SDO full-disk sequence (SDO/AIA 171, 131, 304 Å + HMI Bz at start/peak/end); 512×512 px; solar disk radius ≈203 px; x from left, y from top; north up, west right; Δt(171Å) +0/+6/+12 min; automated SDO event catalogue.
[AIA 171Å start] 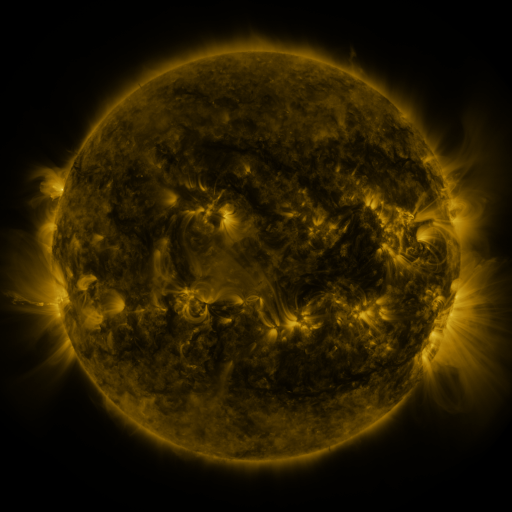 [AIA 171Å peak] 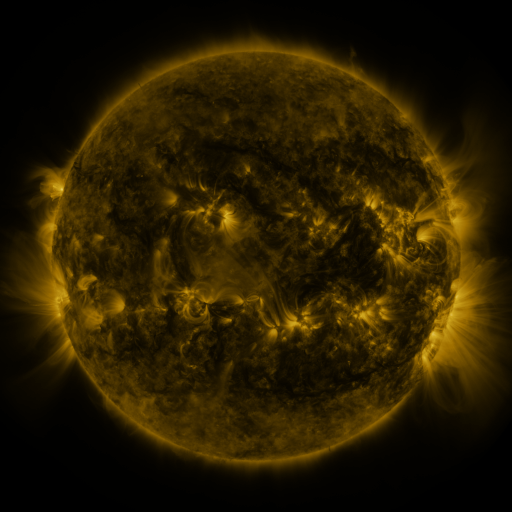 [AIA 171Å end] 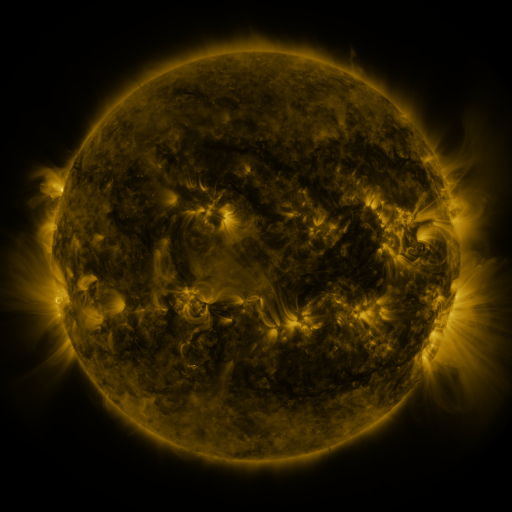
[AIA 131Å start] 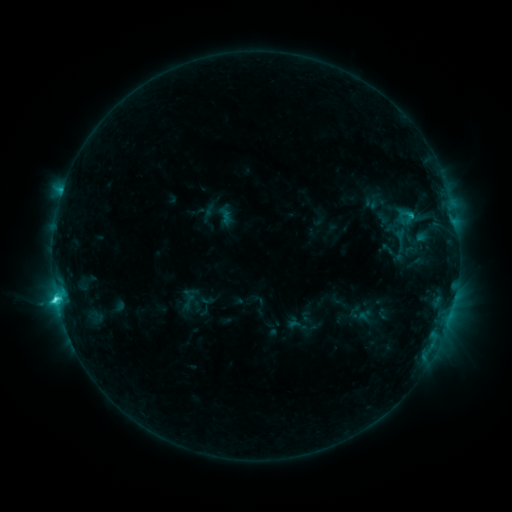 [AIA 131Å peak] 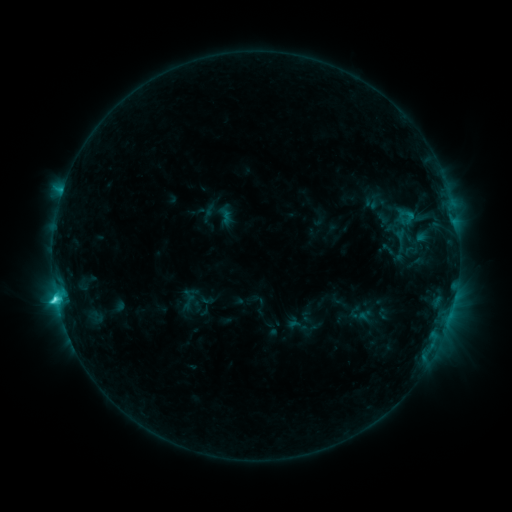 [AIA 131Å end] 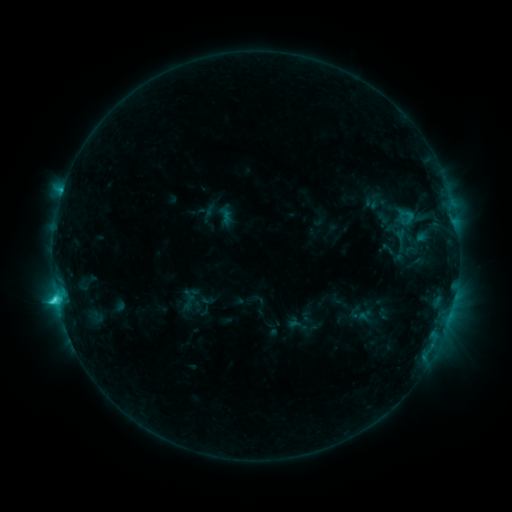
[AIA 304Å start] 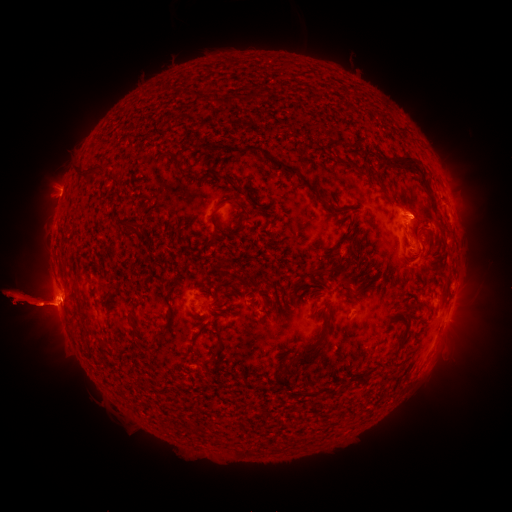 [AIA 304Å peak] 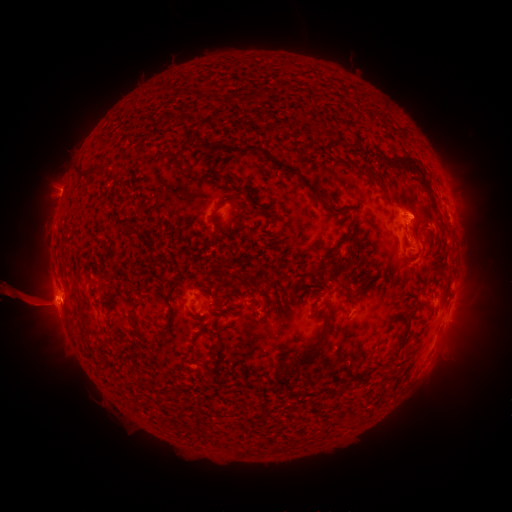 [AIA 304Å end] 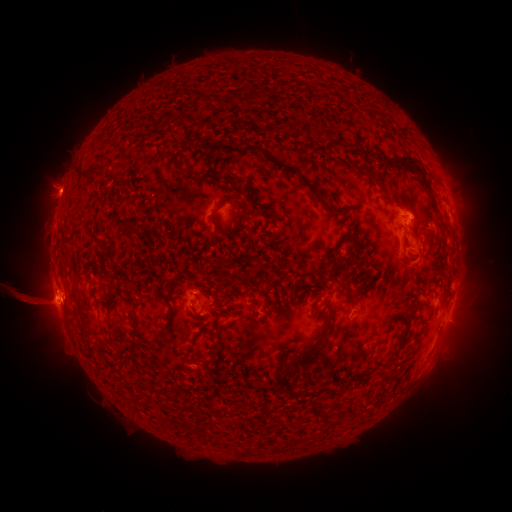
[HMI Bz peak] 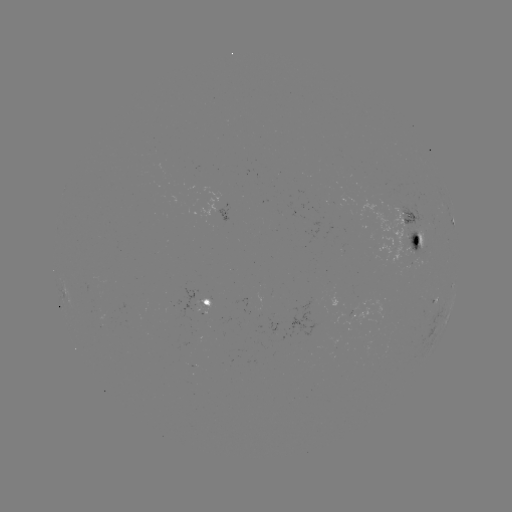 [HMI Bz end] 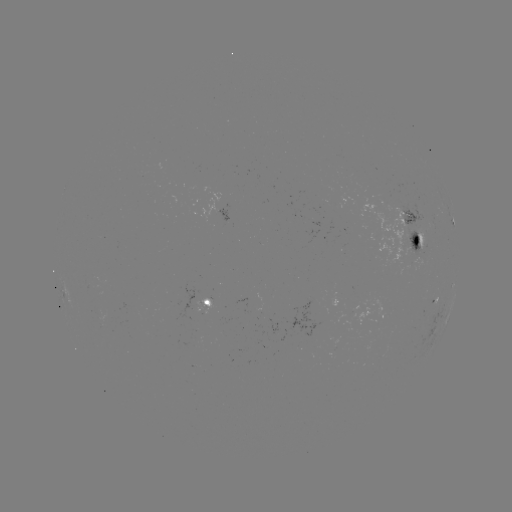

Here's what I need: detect eruption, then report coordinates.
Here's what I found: eruption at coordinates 25,300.